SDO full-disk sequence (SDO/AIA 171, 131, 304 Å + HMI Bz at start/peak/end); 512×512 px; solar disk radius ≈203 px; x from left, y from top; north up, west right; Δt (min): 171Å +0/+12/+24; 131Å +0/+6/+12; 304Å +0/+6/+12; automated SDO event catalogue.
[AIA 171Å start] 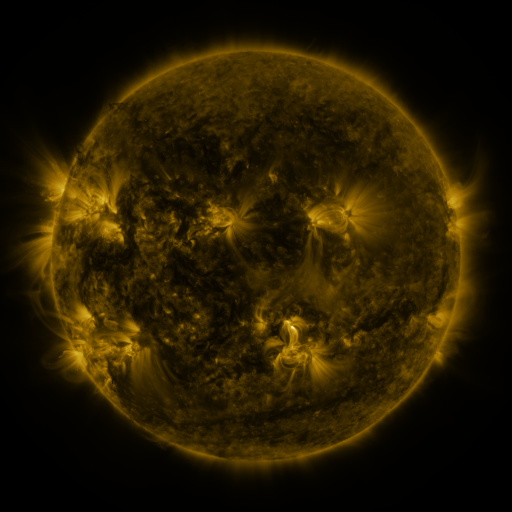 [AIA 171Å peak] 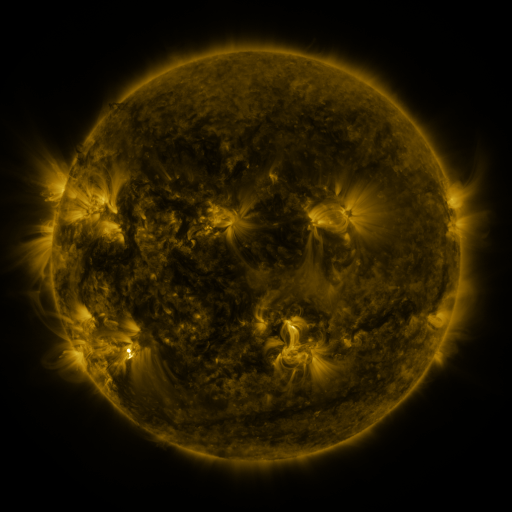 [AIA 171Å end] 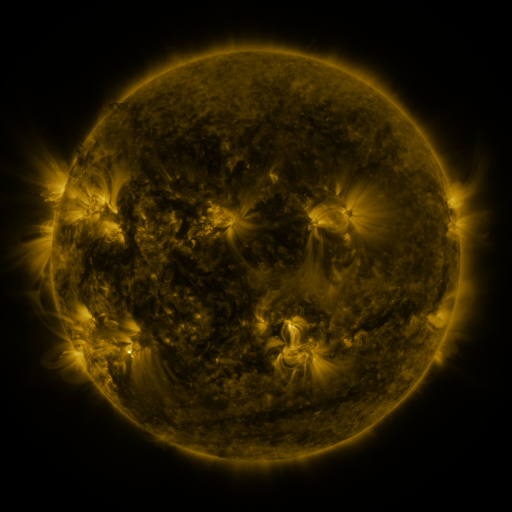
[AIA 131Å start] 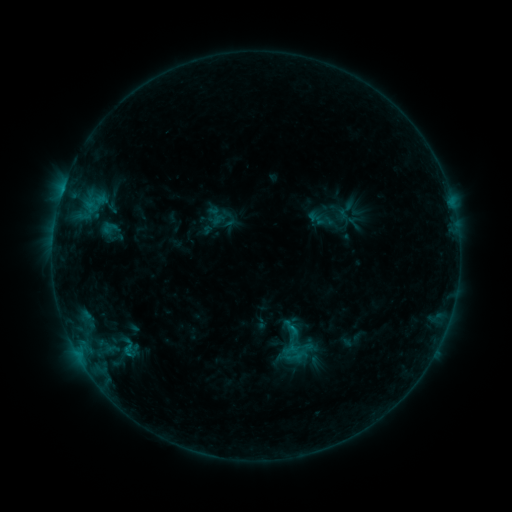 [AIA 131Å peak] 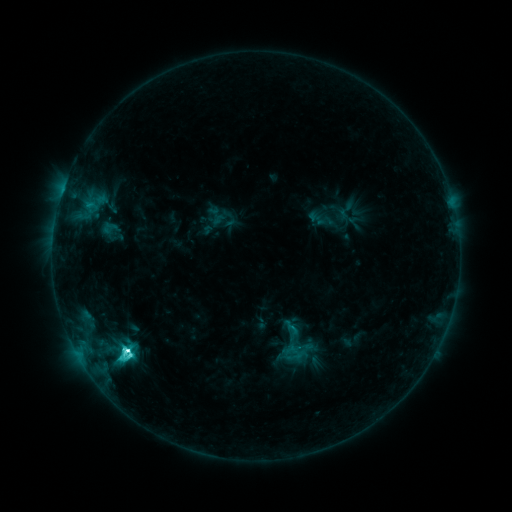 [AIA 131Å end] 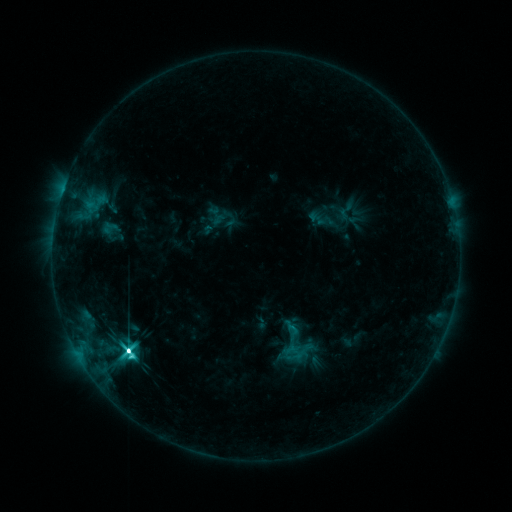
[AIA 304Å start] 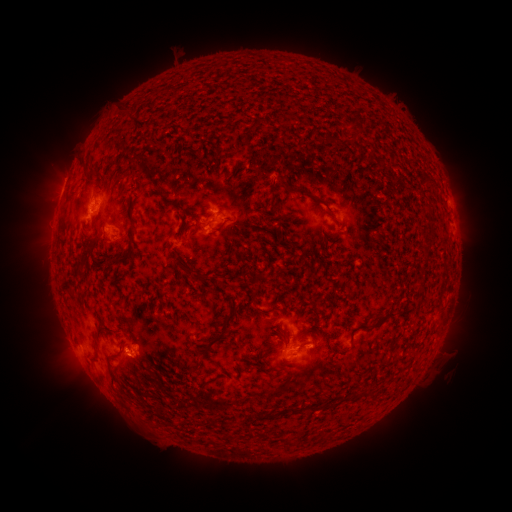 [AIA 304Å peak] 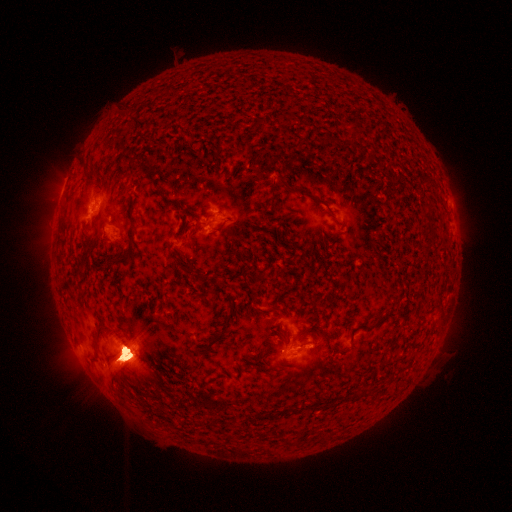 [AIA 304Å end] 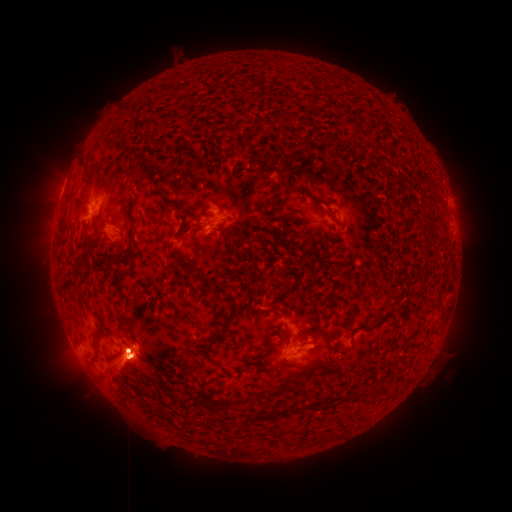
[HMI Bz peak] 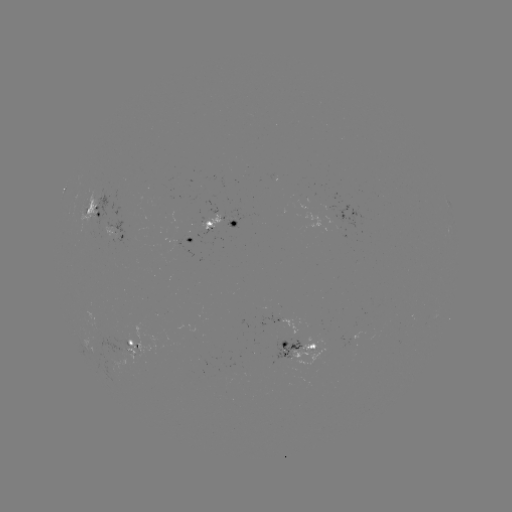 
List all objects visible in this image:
eruption: (447, 355)
